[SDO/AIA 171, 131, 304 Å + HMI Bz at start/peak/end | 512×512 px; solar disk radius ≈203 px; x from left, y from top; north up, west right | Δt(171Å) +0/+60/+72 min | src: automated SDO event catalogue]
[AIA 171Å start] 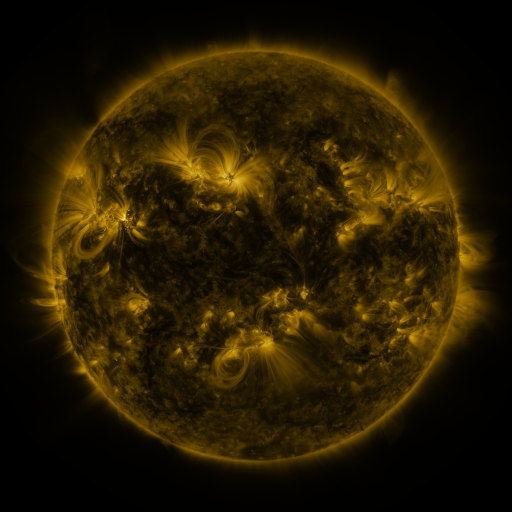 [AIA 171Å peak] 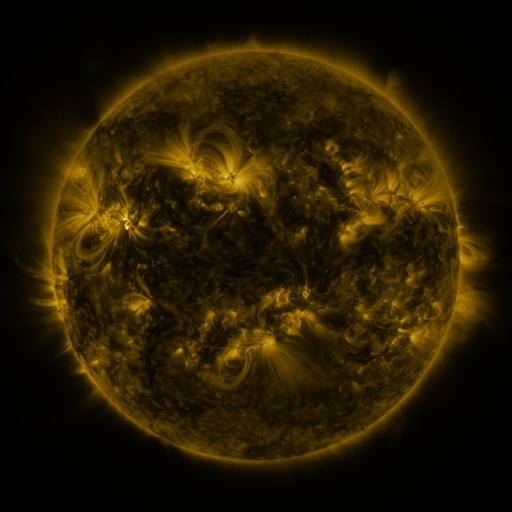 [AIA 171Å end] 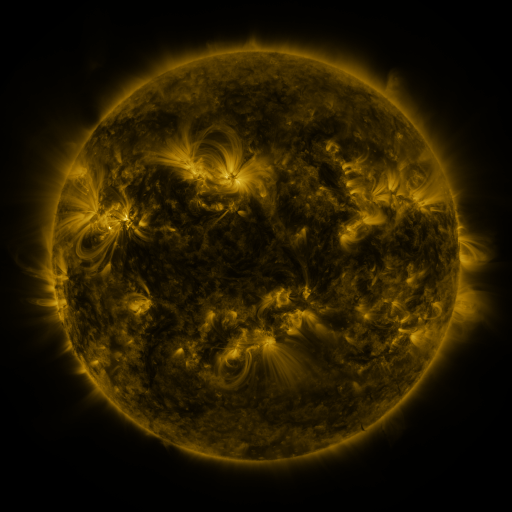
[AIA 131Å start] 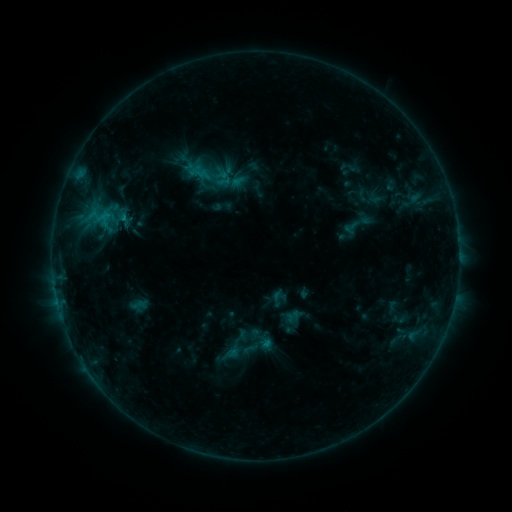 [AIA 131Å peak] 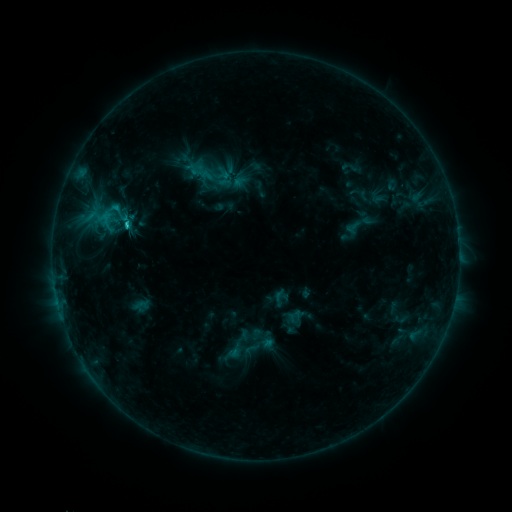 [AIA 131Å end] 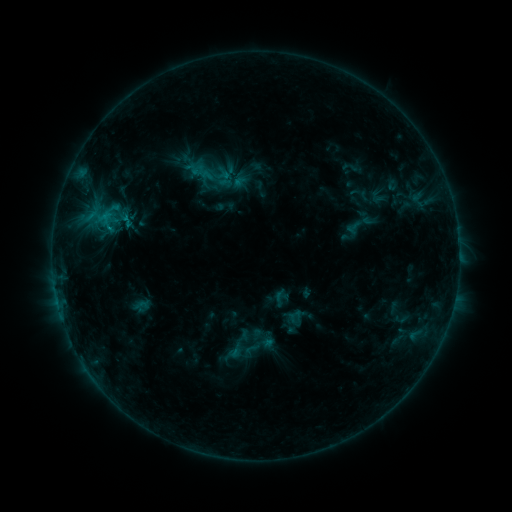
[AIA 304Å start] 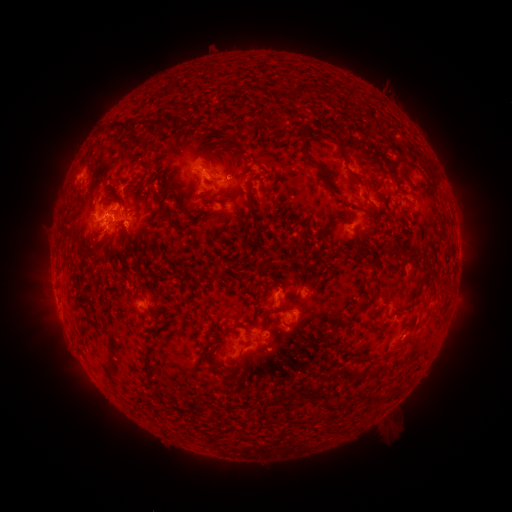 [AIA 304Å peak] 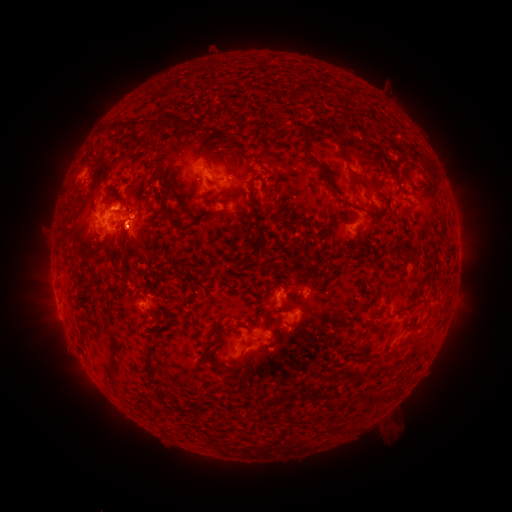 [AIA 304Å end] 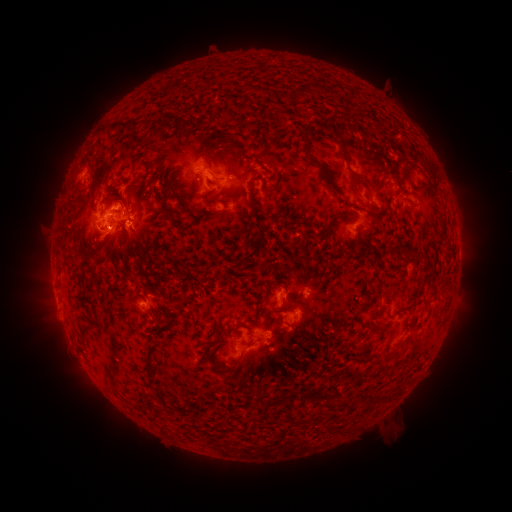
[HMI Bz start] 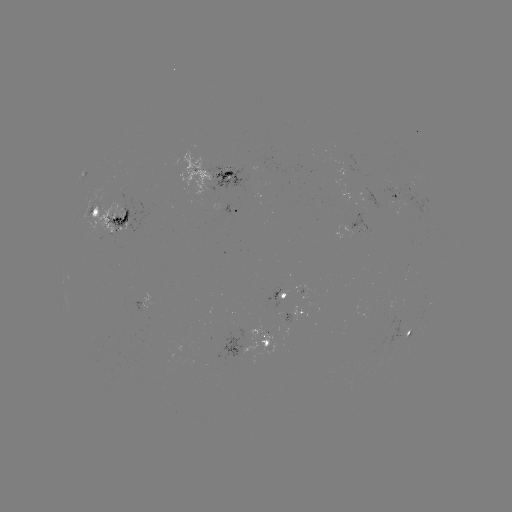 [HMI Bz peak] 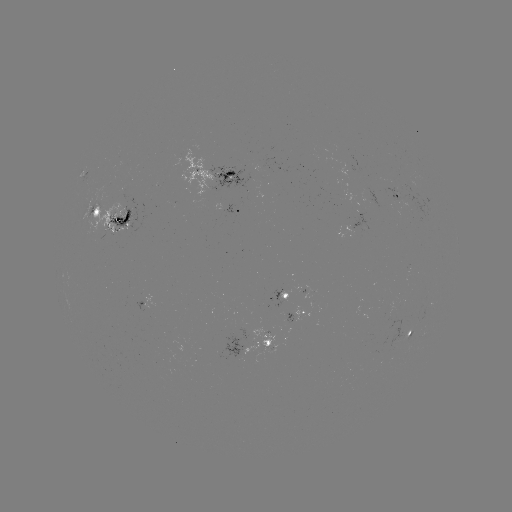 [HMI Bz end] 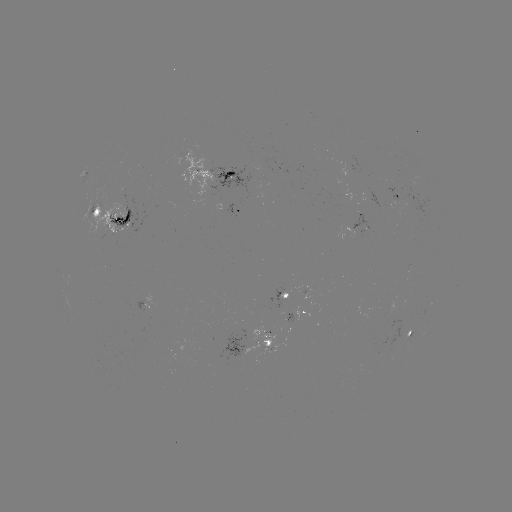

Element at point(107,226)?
emerging-flux region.